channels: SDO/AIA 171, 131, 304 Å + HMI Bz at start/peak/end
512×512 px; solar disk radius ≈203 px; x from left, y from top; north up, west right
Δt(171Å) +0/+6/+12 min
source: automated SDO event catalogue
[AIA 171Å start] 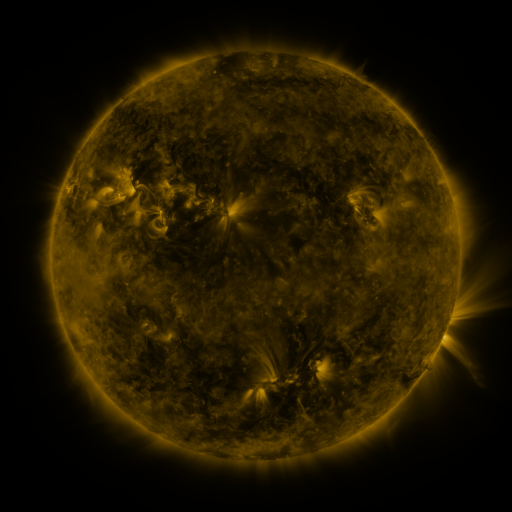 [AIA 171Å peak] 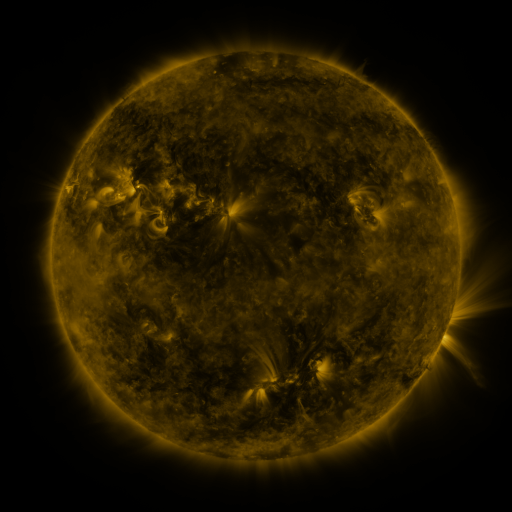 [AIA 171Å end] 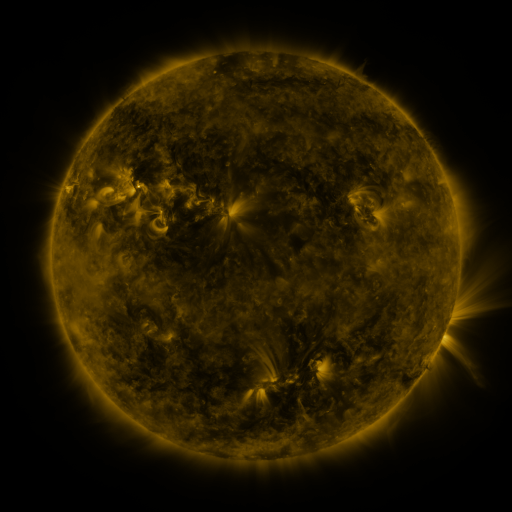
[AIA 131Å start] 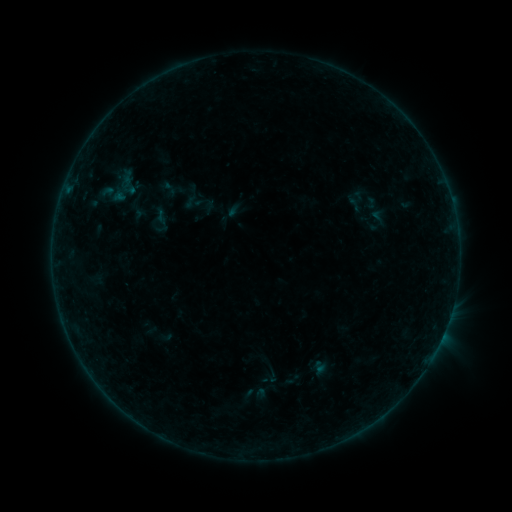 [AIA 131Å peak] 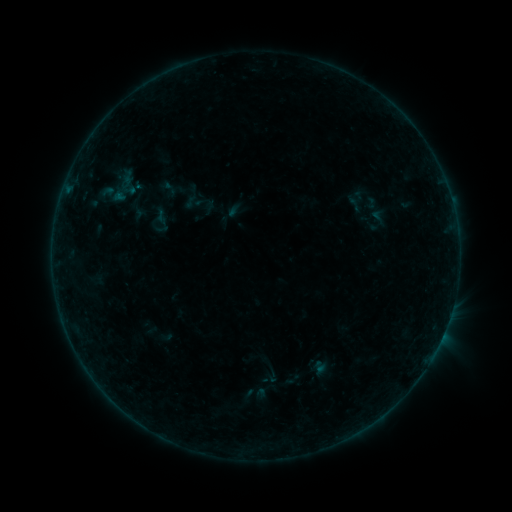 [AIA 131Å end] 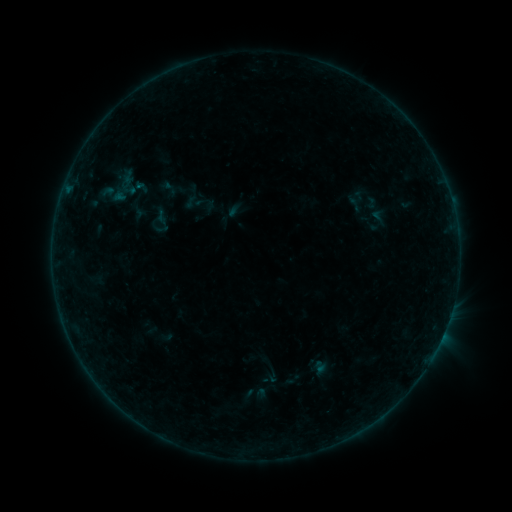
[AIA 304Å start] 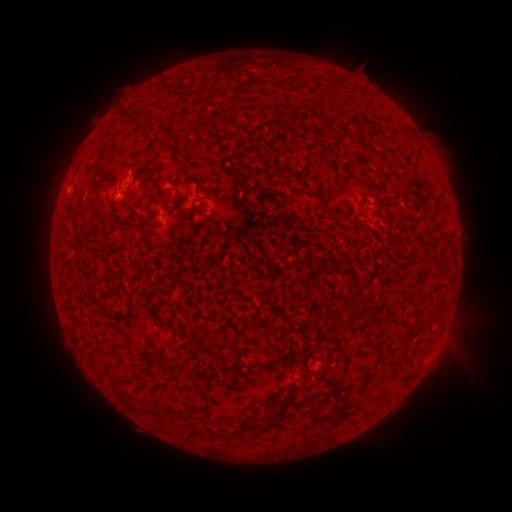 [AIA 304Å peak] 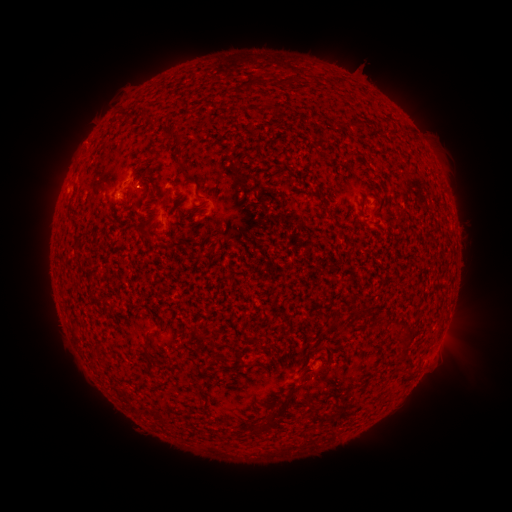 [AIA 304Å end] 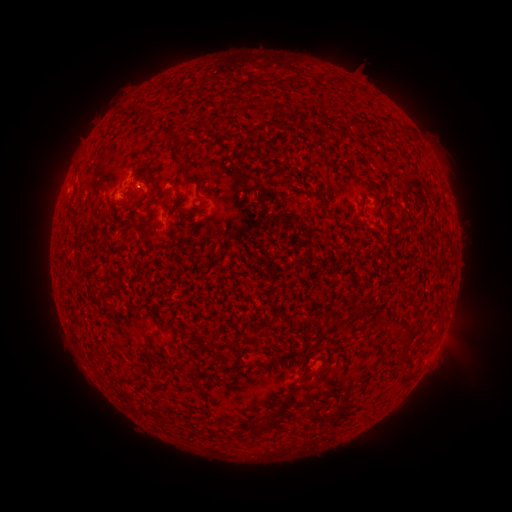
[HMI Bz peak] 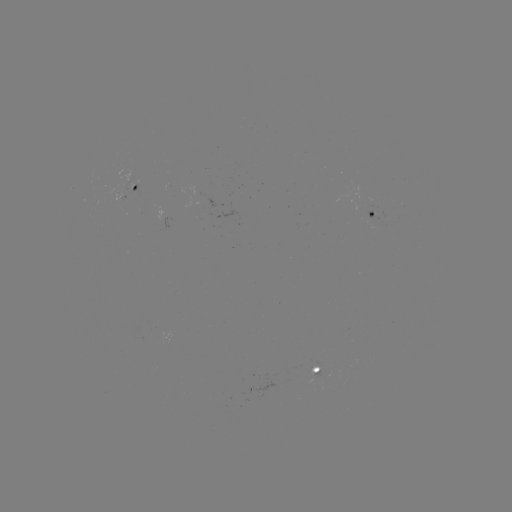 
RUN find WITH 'B1.0 flare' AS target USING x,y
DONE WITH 140,190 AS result